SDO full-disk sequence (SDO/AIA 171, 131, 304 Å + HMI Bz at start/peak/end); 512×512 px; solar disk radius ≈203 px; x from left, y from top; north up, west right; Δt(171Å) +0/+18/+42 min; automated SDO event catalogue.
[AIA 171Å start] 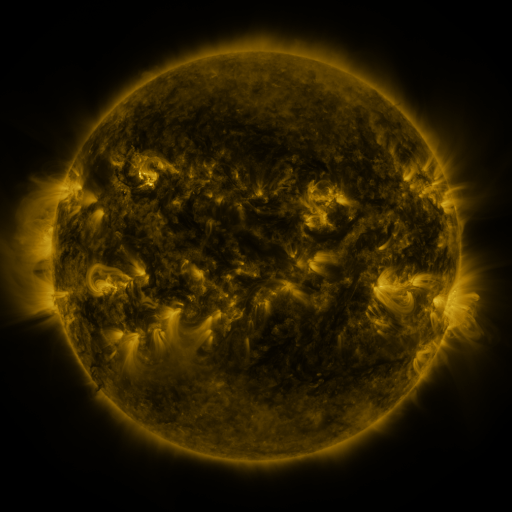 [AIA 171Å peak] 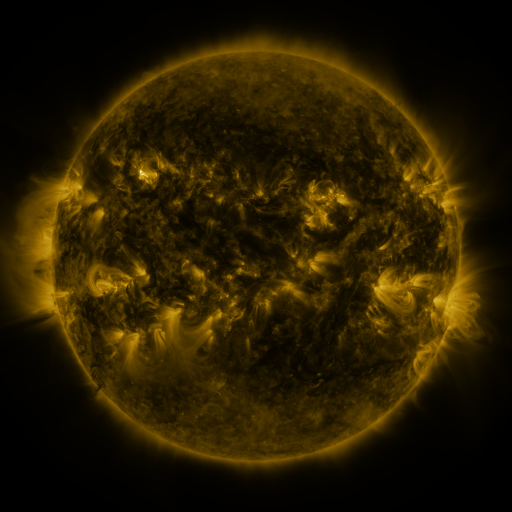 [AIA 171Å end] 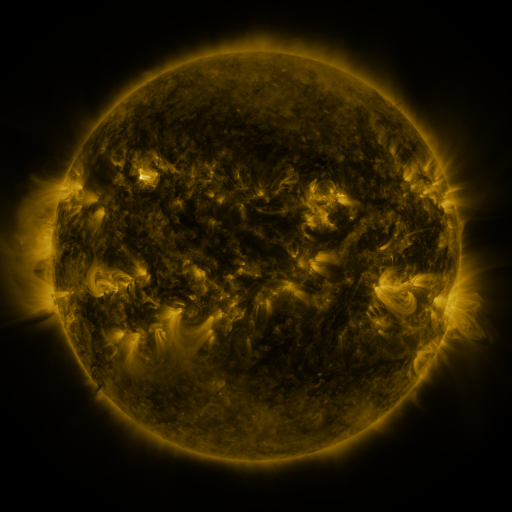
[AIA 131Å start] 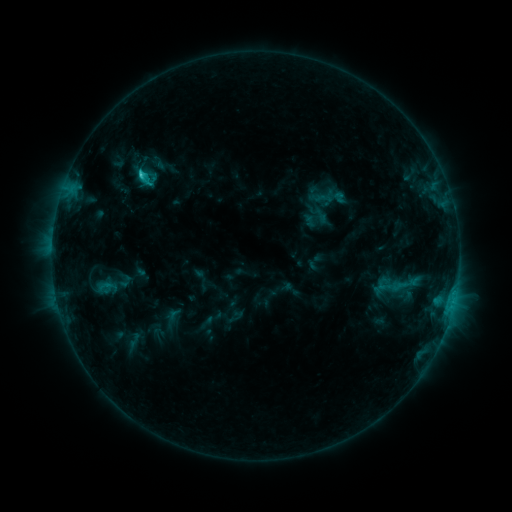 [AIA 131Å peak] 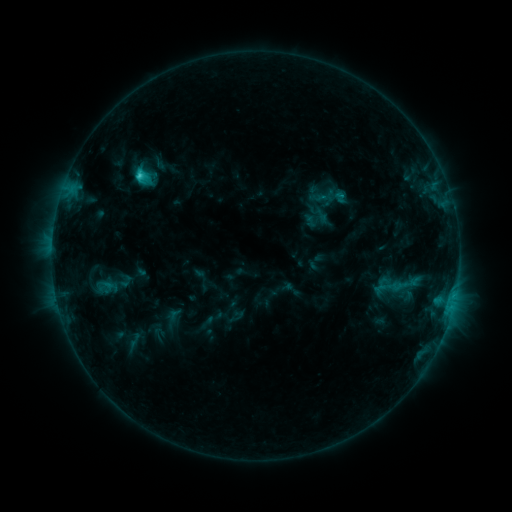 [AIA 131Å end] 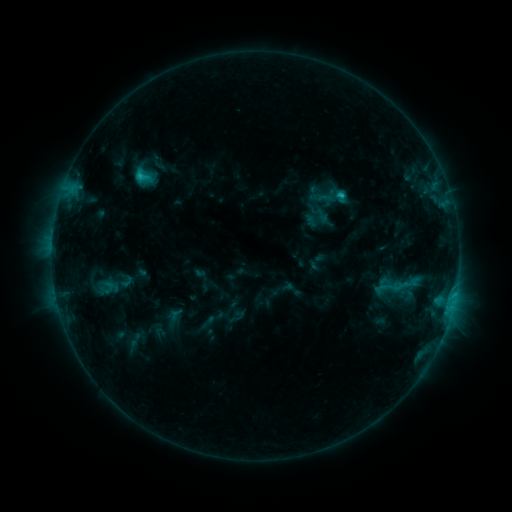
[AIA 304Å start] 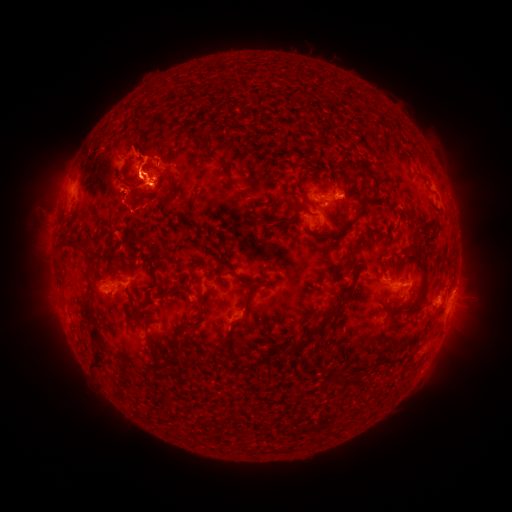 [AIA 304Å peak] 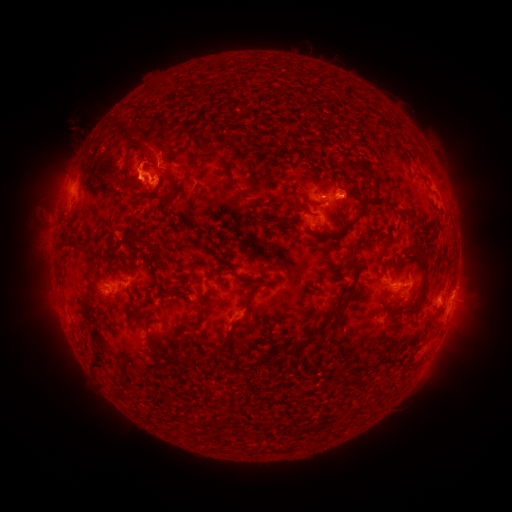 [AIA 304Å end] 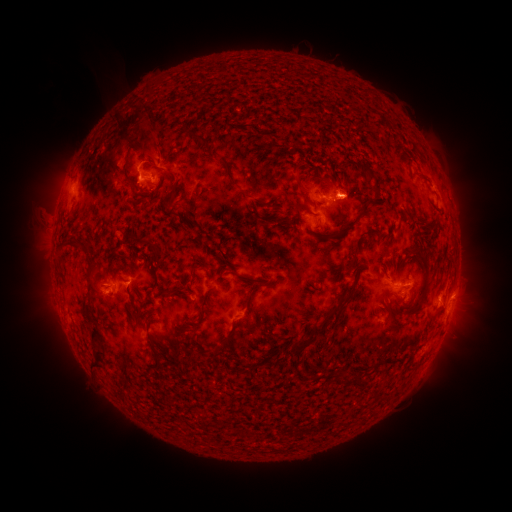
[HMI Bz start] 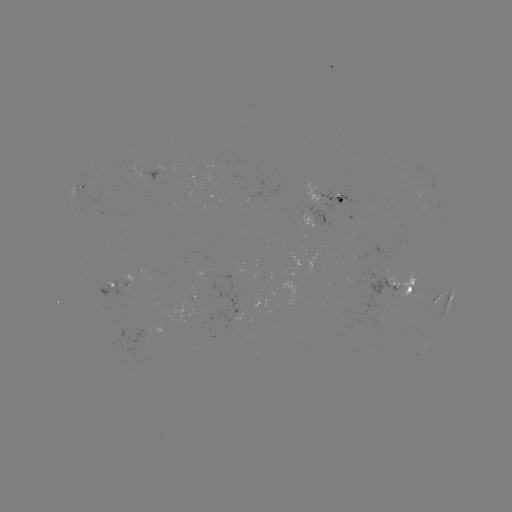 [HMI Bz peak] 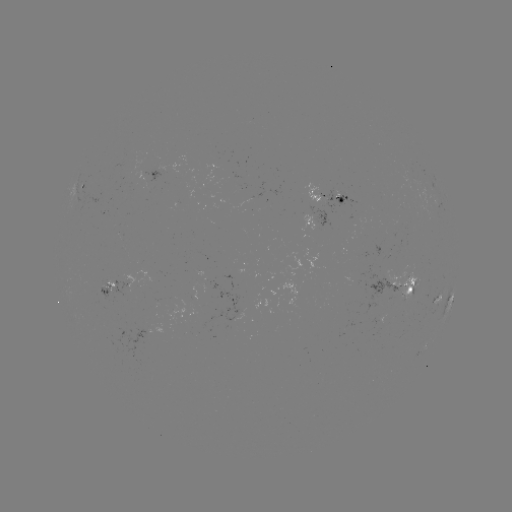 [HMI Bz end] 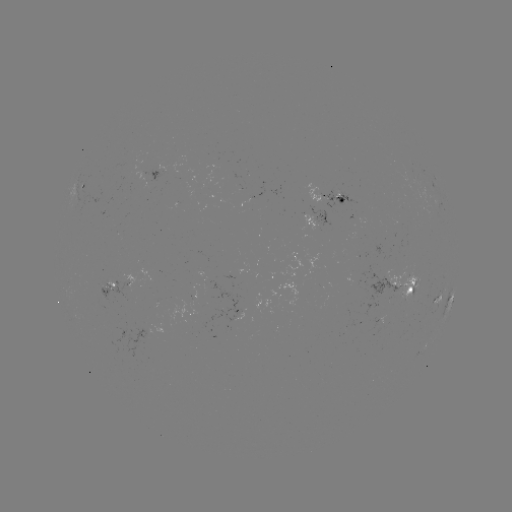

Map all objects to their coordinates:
eruption: (131, 141)
